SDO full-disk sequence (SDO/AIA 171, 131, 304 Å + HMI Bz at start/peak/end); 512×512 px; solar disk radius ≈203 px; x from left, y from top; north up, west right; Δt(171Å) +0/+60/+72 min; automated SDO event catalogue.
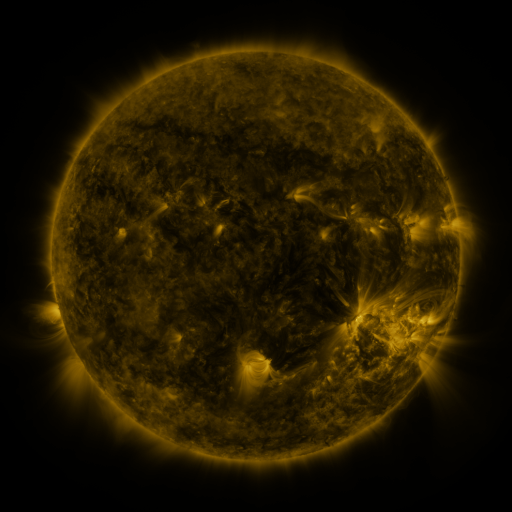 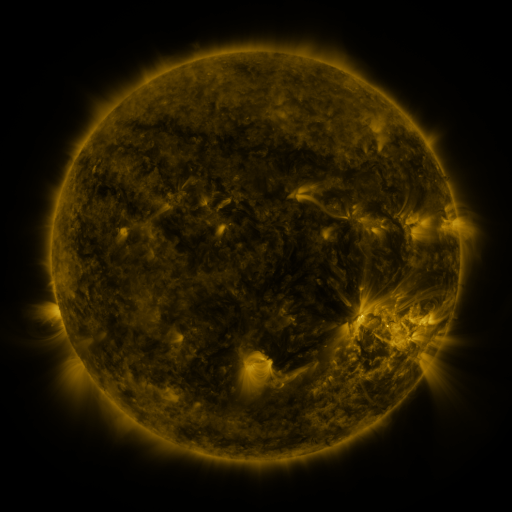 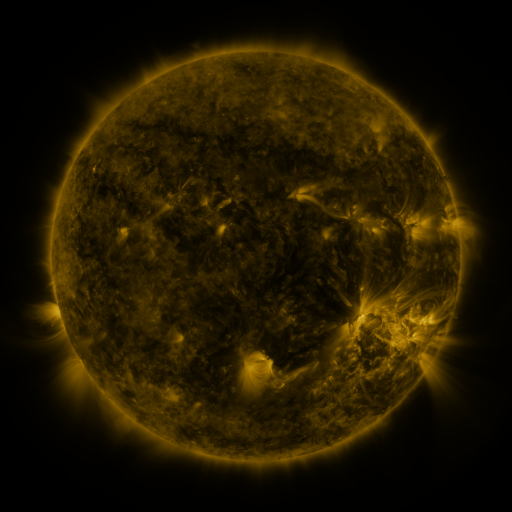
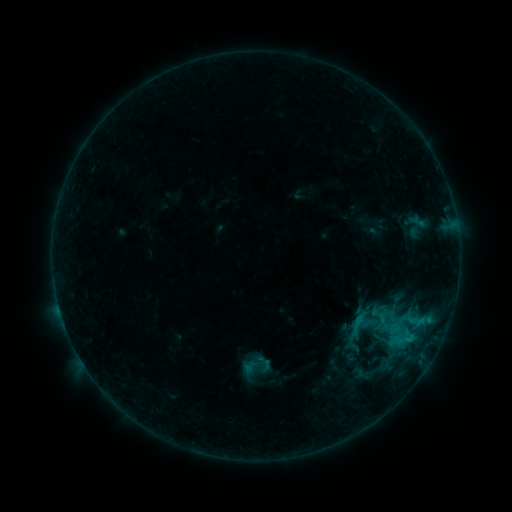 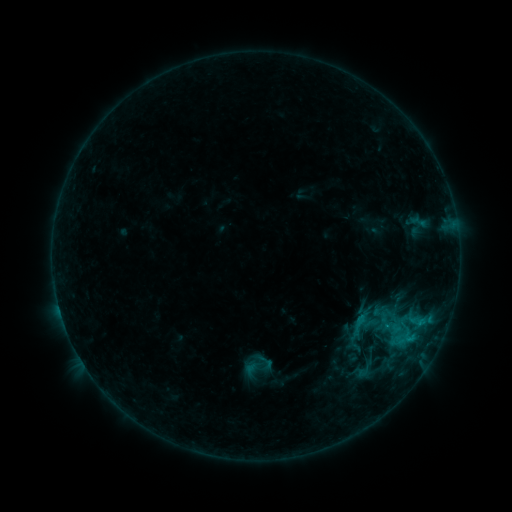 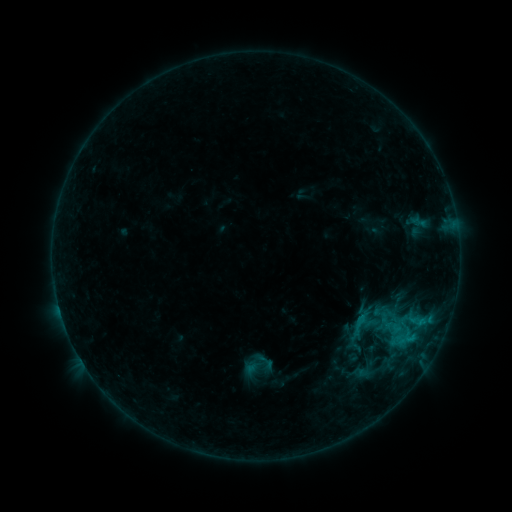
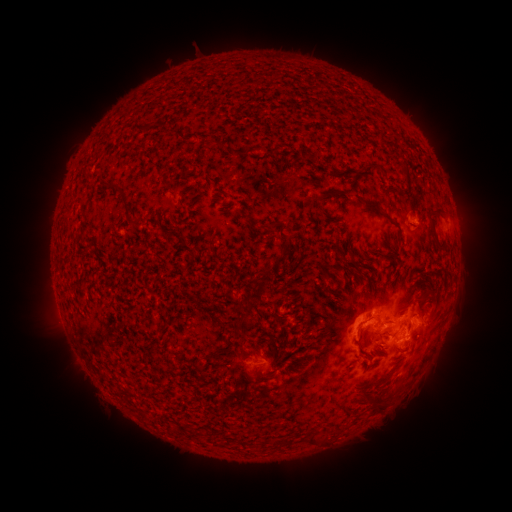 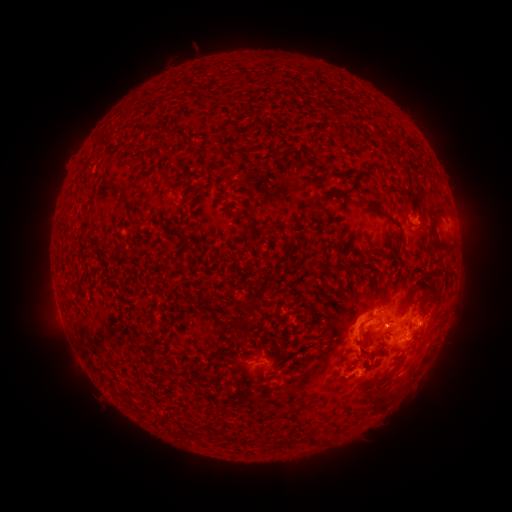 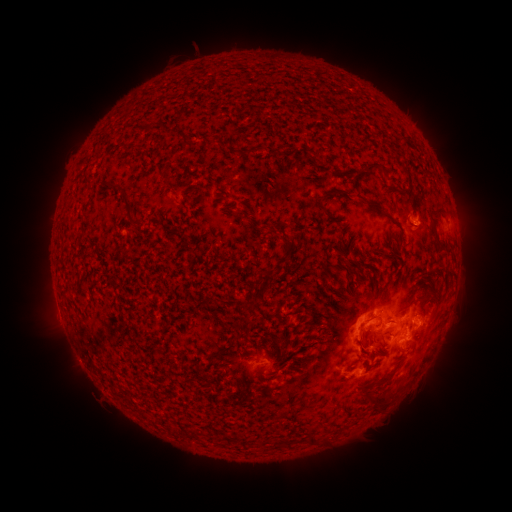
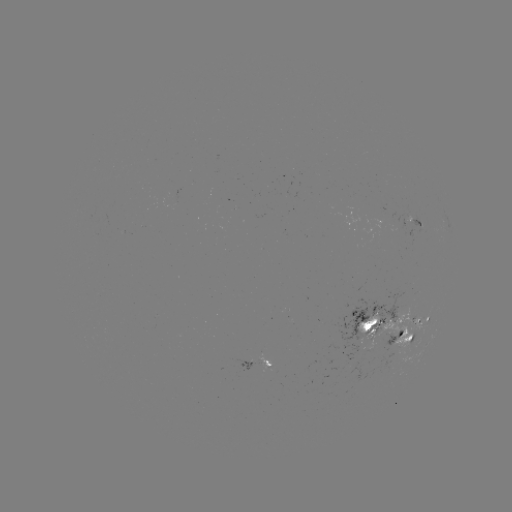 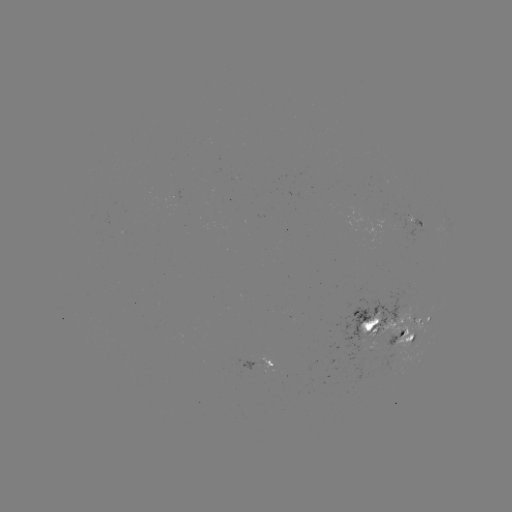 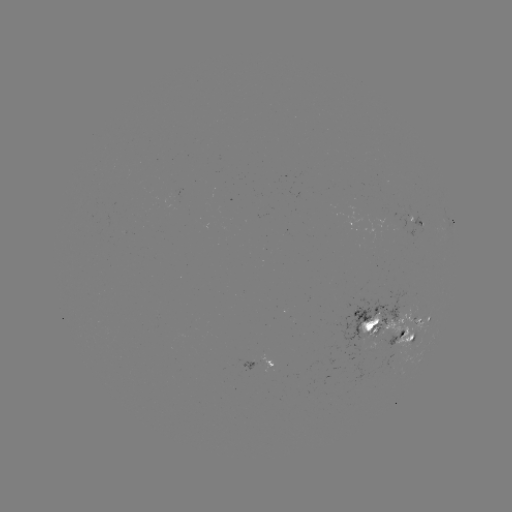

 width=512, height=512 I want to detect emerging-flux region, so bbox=[365, 341, 375, 351].